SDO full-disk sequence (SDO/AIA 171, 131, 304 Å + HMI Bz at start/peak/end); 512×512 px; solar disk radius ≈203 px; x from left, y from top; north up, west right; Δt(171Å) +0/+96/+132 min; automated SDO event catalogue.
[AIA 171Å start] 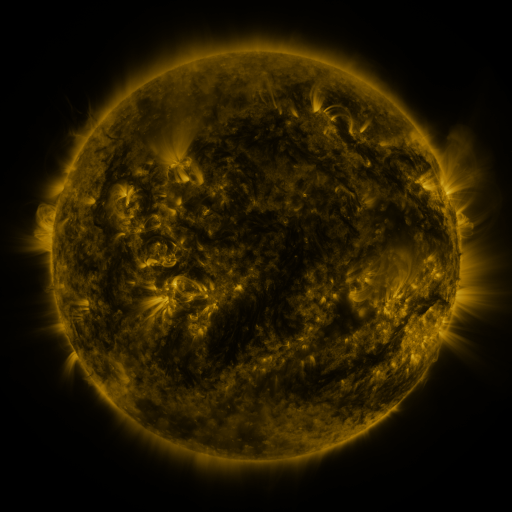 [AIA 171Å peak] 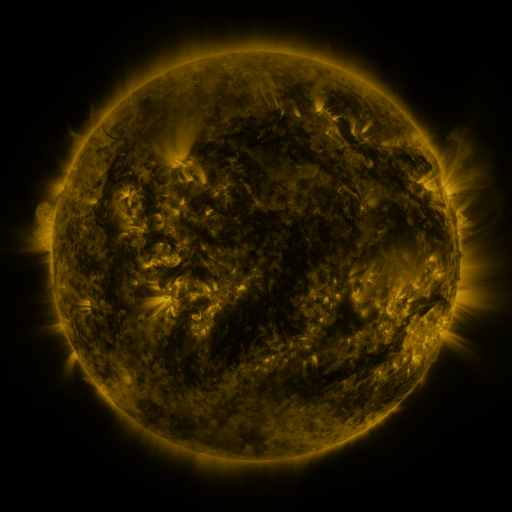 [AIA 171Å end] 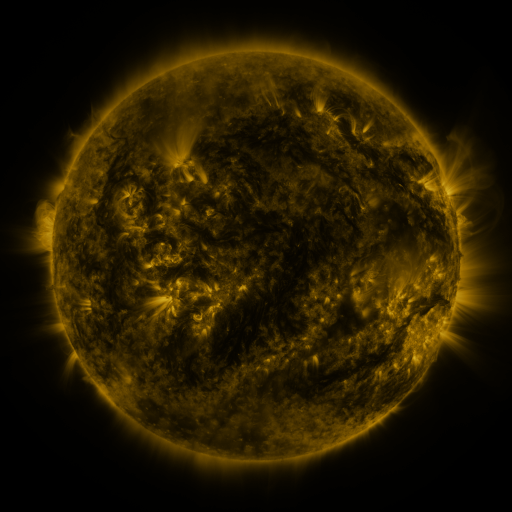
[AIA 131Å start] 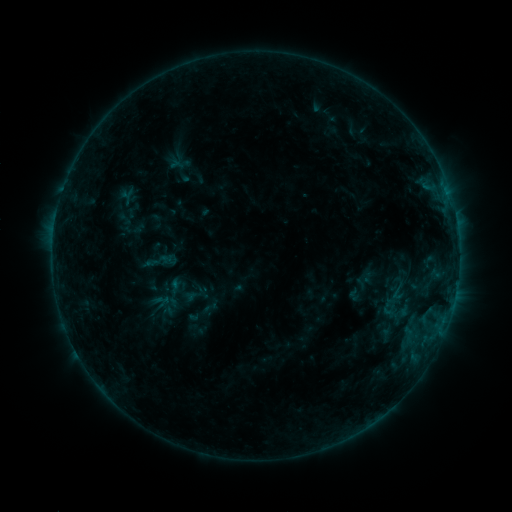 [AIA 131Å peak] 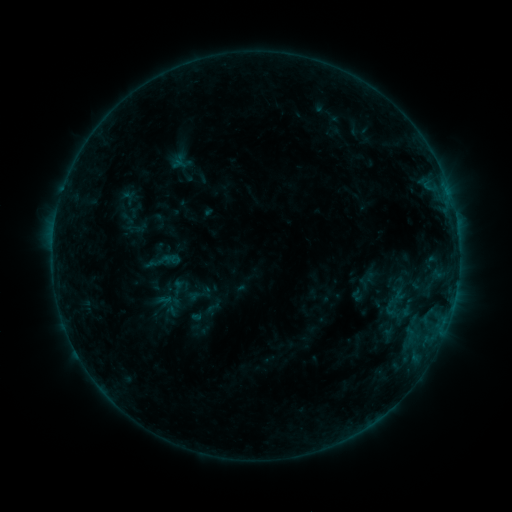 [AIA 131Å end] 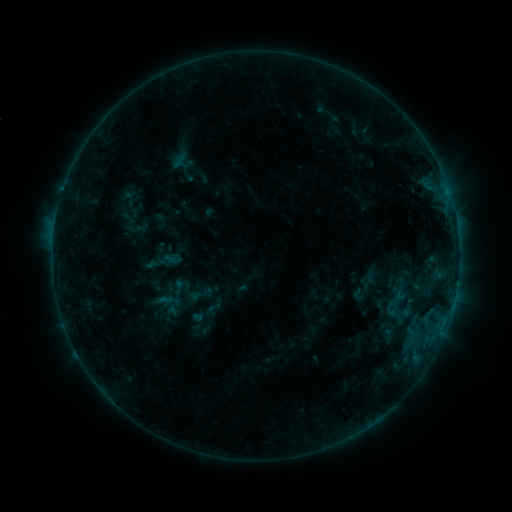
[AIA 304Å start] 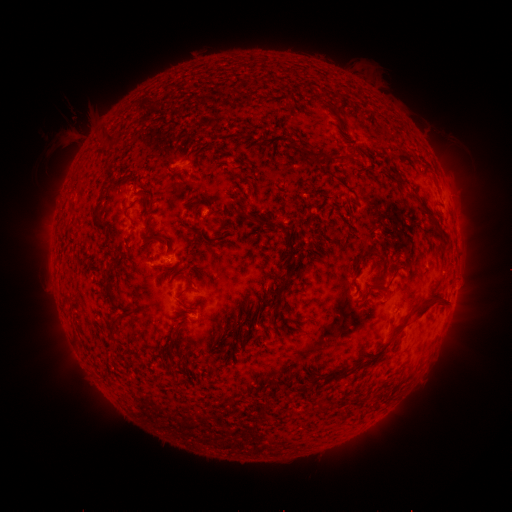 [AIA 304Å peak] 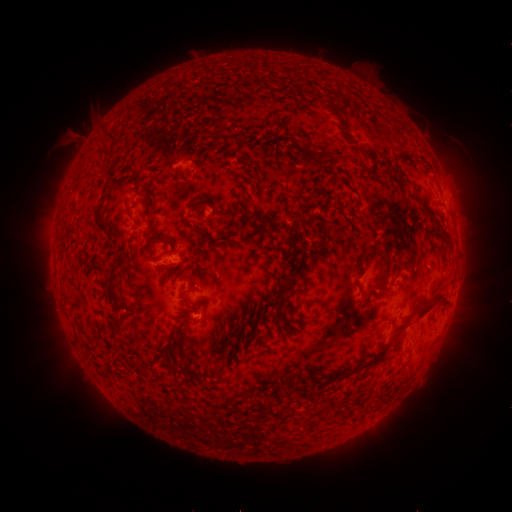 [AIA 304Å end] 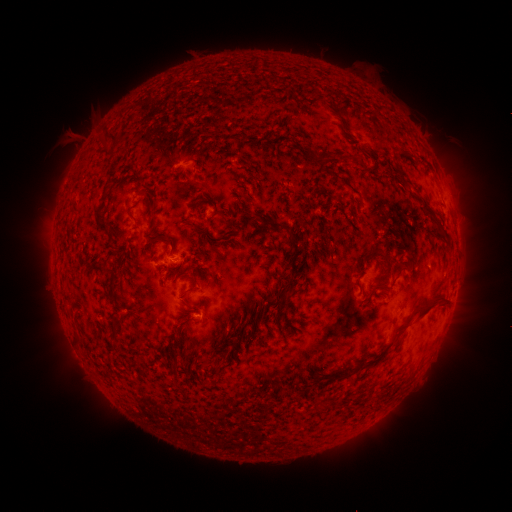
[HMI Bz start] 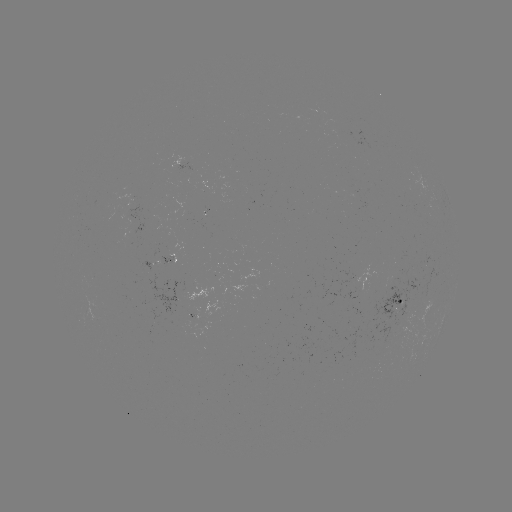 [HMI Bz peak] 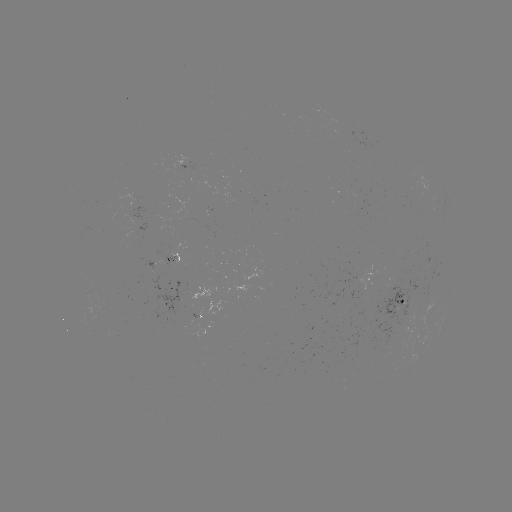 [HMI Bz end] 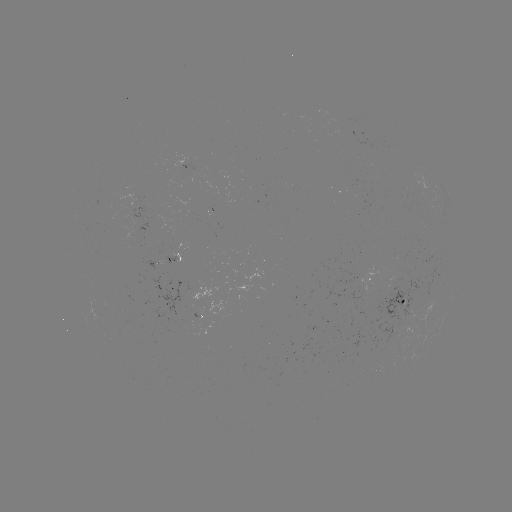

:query emerging-flux region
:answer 95,315